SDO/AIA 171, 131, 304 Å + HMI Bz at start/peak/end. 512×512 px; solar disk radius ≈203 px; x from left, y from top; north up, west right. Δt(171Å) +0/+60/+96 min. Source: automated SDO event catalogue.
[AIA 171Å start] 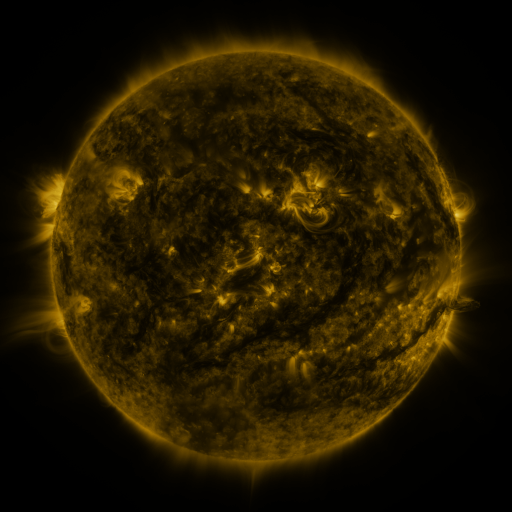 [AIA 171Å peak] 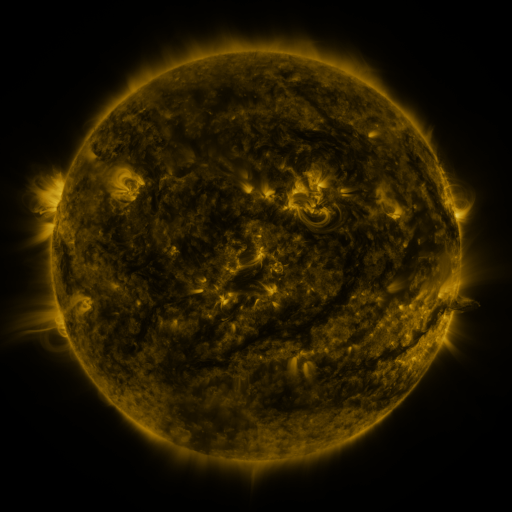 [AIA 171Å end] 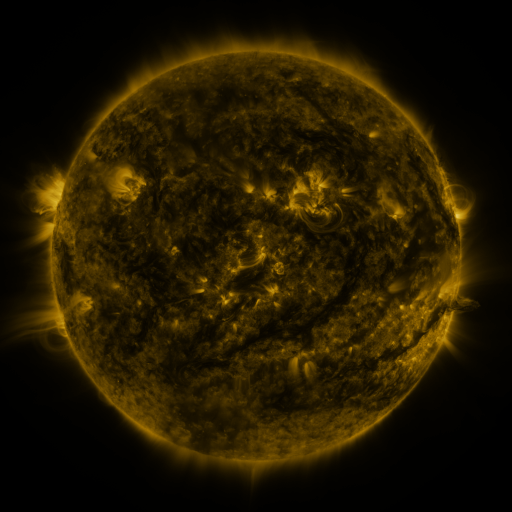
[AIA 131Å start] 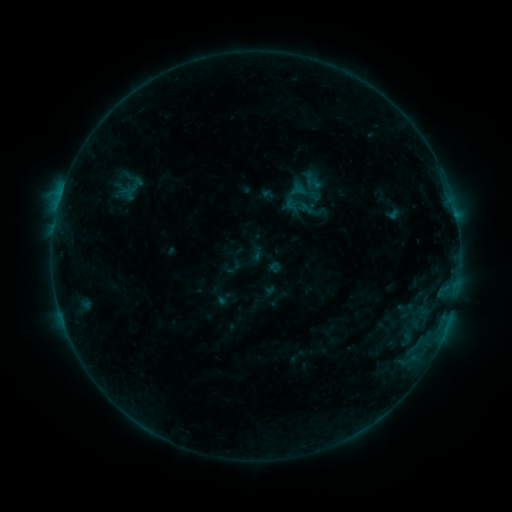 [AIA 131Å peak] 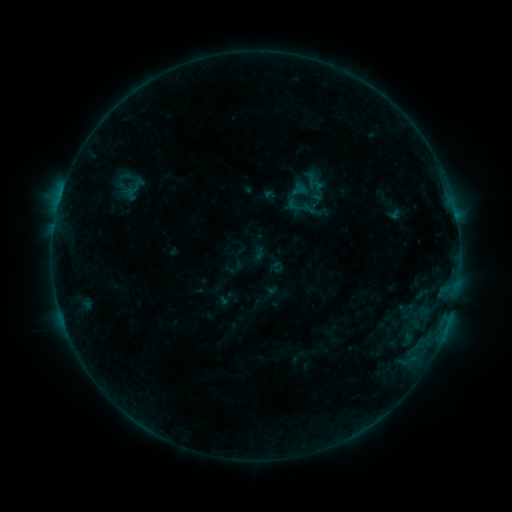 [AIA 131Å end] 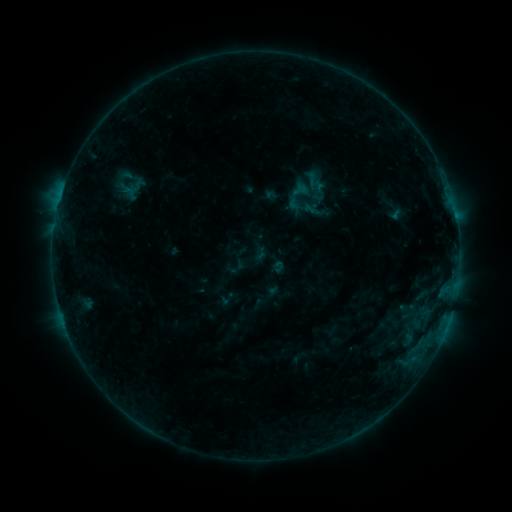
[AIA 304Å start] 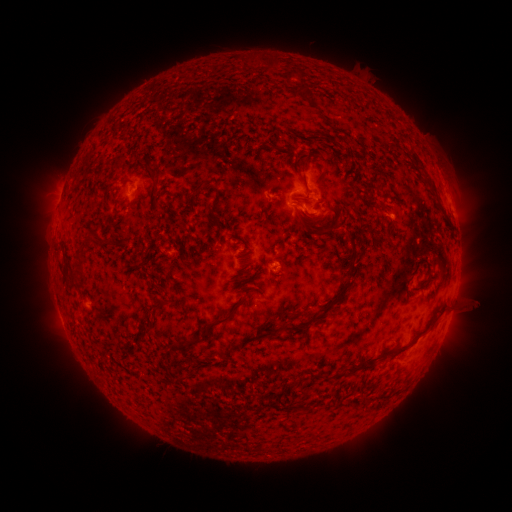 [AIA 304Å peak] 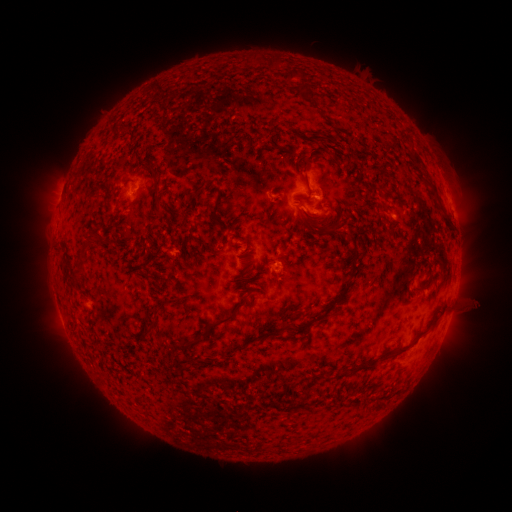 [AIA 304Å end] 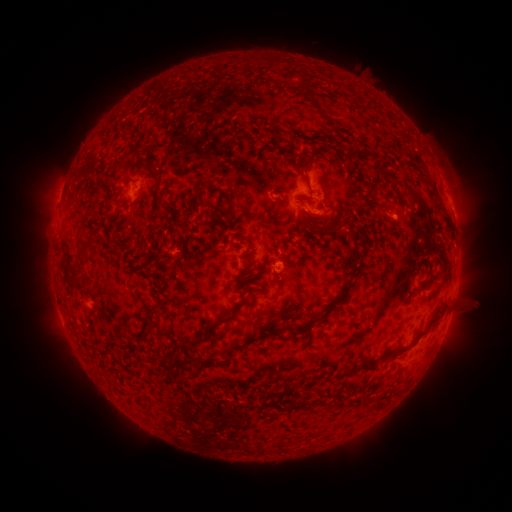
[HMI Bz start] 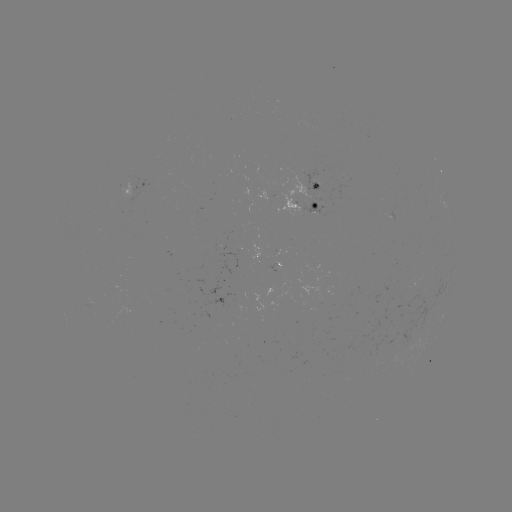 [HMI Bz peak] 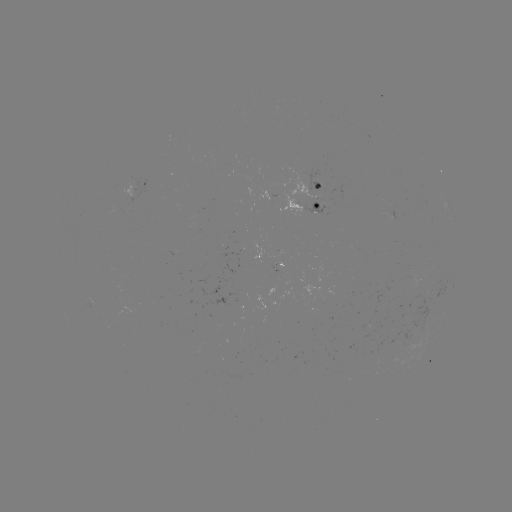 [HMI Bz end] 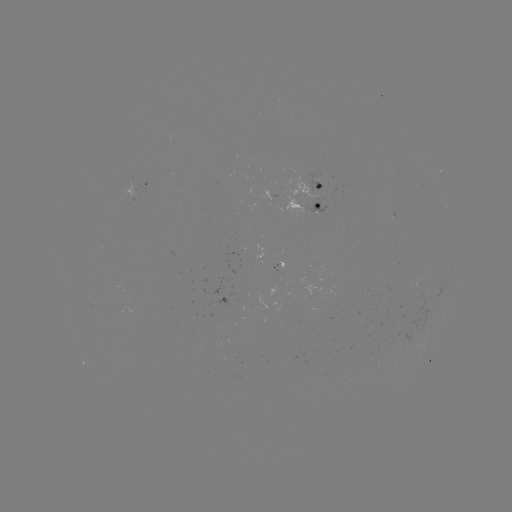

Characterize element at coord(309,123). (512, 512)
emerging-flux region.